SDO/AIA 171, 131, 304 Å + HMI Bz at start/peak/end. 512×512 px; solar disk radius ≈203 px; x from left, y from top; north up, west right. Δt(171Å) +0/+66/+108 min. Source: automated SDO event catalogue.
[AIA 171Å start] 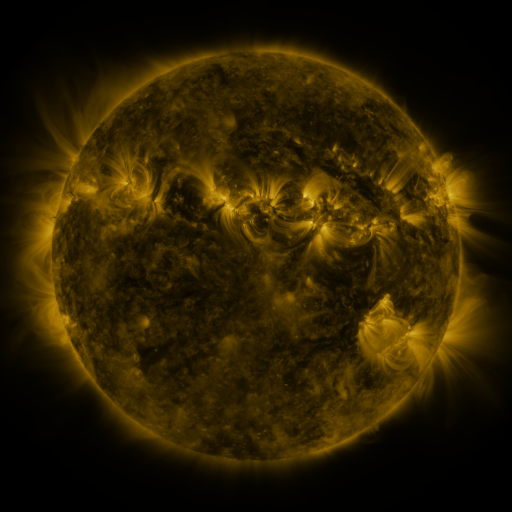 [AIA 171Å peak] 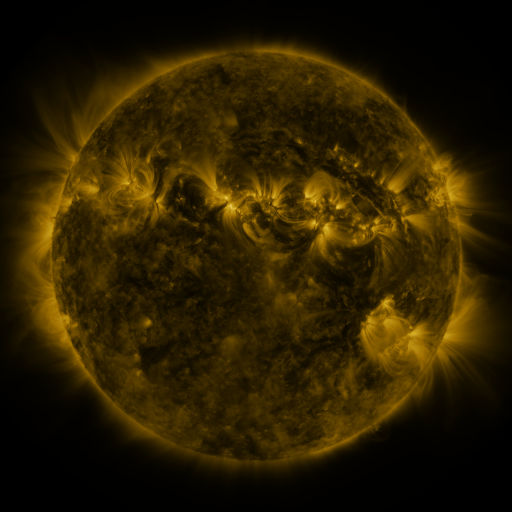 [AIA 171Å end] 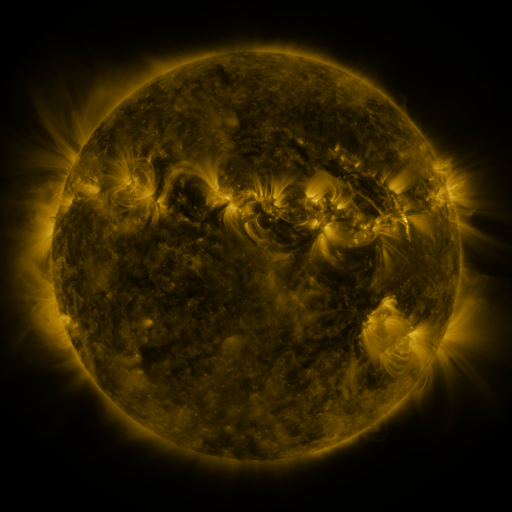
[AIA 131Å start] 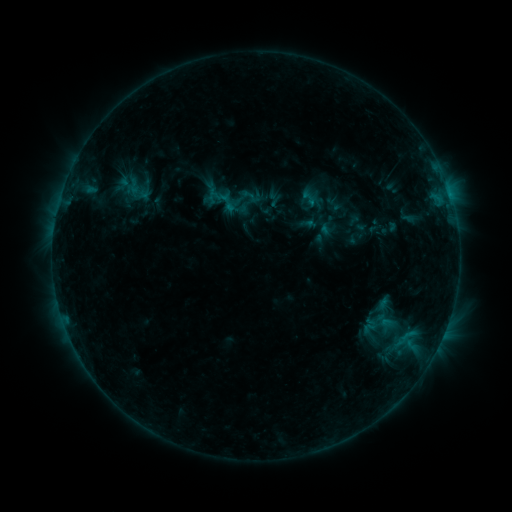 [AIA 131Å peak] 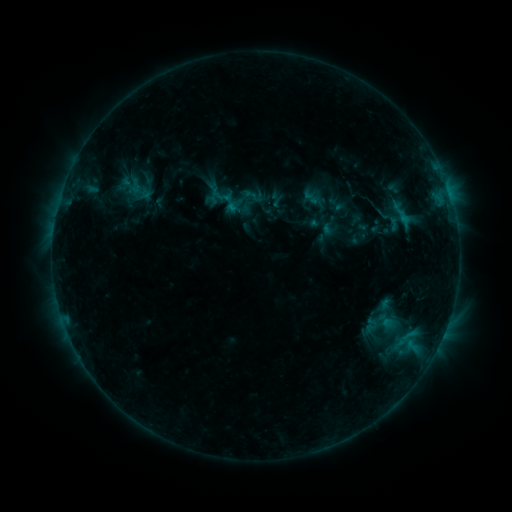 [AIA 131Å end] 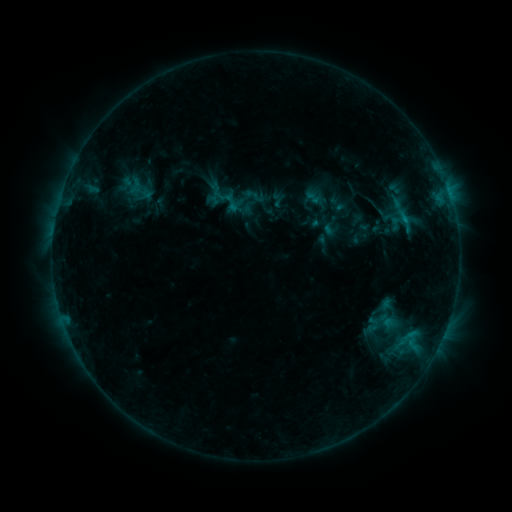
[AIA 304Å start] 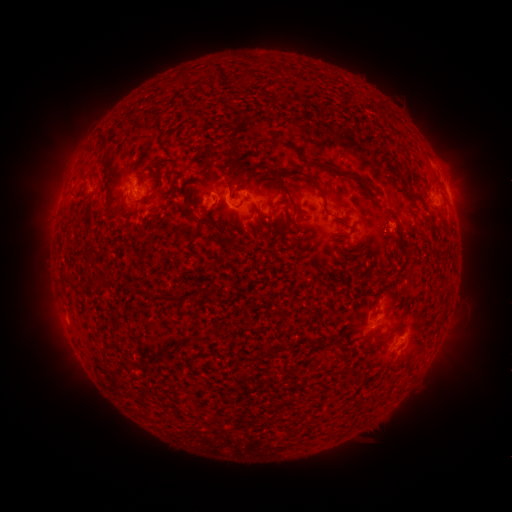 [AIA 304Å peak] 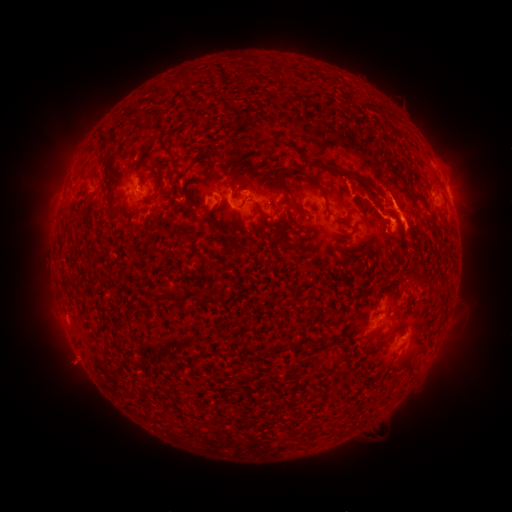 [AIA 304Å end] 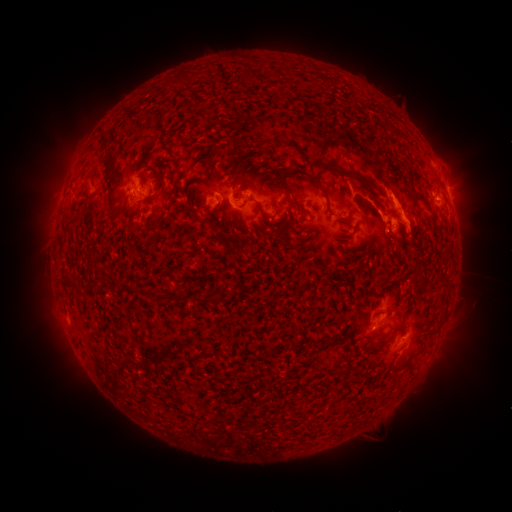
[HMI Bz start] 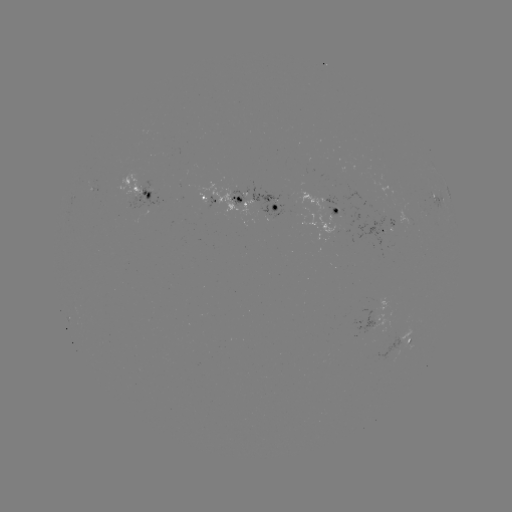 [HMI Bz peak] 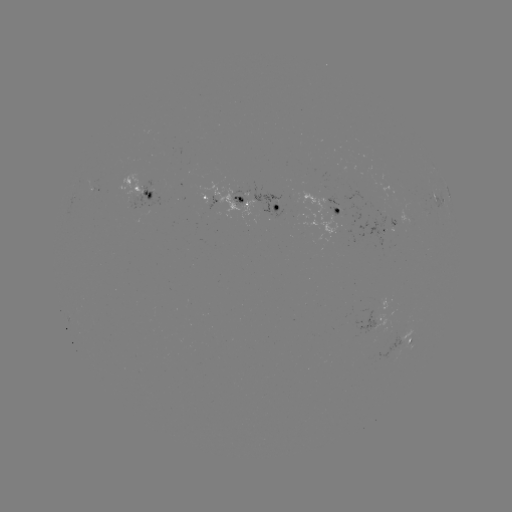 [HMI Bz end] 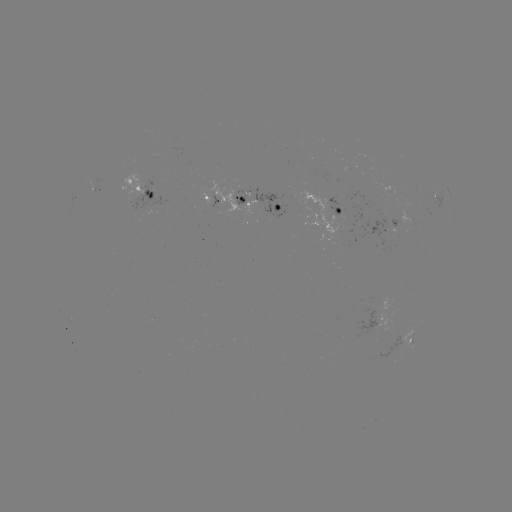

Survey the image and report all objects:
C1.2 flare: (402, 220)
